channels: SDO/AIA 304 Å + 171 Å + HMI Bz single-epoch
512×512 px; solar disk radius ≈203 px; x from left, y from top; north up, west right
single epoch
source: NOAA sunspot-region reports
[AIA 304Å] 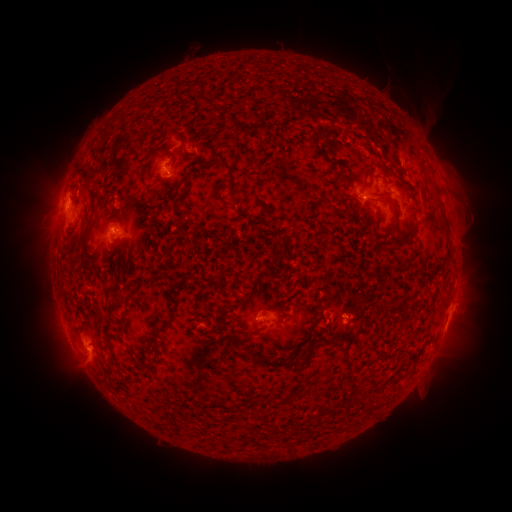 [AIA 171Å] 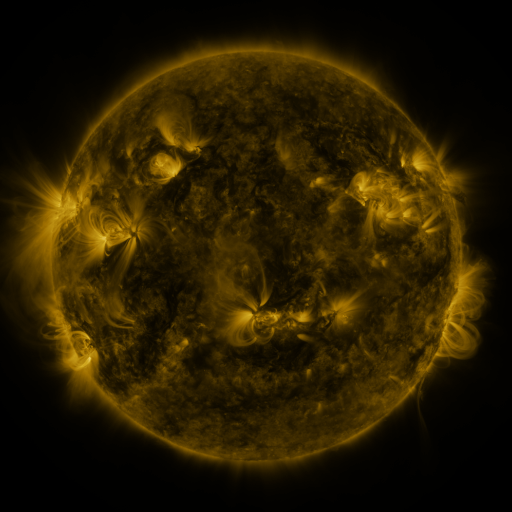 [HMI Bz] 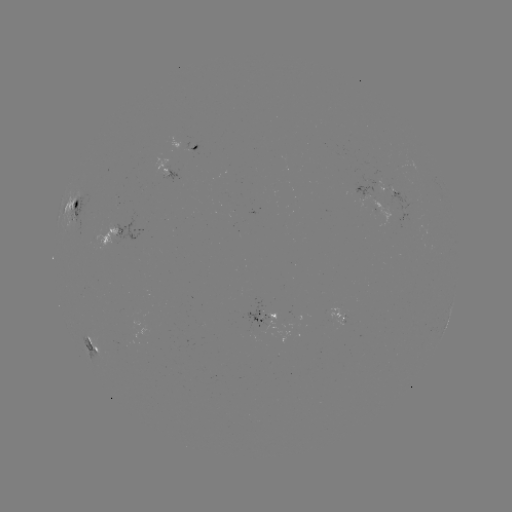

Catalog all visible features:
spotted active region: (189, 145)
spotted active region: (165, 164)
spotted active region: (388, 189)
spotted active region: (381, 209)
spotted active region: (79, 212)
spotted active region: (120, 230)
spotted active region: (272, 319)
spotted active region: (339, 320)
spotted active region: (447, 321)
spotted active region: (94, 343)
